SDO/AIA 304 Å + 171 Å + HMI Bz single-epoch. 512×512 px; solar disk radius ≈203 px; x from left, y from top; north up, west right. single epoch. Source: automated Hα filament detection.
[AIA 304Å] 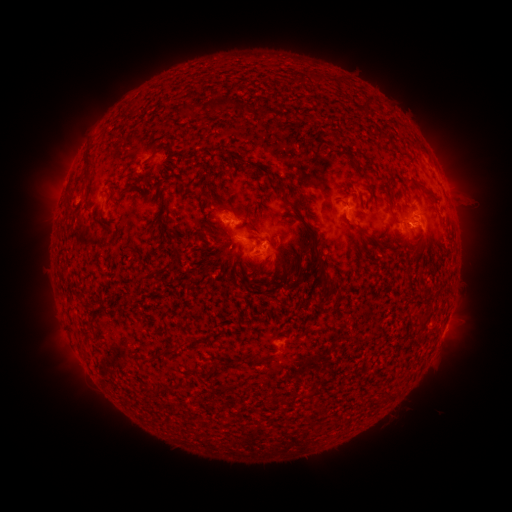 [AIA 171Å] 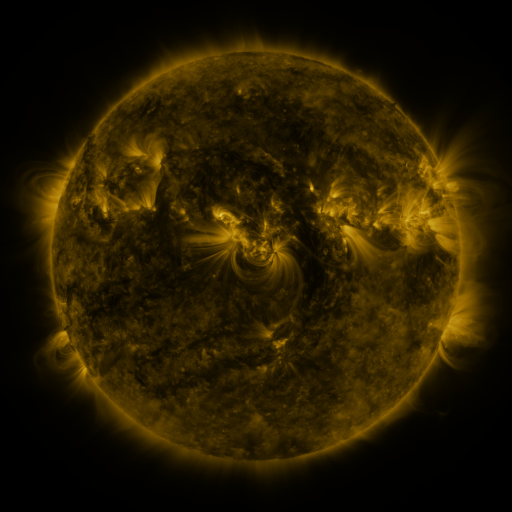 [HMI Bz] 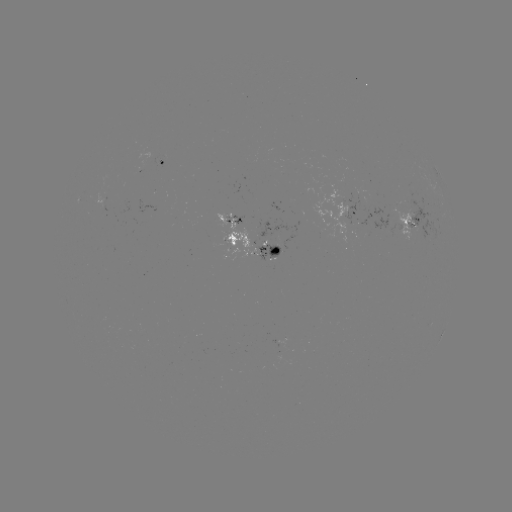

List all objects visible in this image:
filament: <bbox>208, 97, 233, 111</bbox>
filament: <bbox>82, 154, 92, 165</bbox>
filament: <bbox>415, 182, 434, 198</bbox>
filament: <bbox>303, 222, 320, 239</bbox>
filament: <bbox>355, 224, 368, 236</bbox>
filament: <bbox>170, 236, 178, 248</bbox>
filament: <bbox>164, 261, 174, 270</bbox>
filament: <bbox>328, 279, 340, 292</bbox>
filament: <bbox>158, 345, 173, 355</bbox>
